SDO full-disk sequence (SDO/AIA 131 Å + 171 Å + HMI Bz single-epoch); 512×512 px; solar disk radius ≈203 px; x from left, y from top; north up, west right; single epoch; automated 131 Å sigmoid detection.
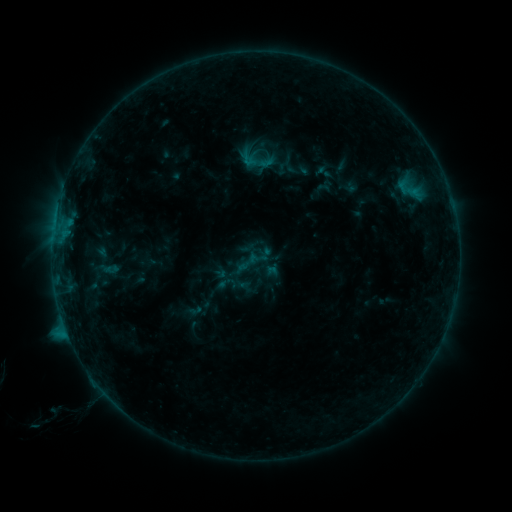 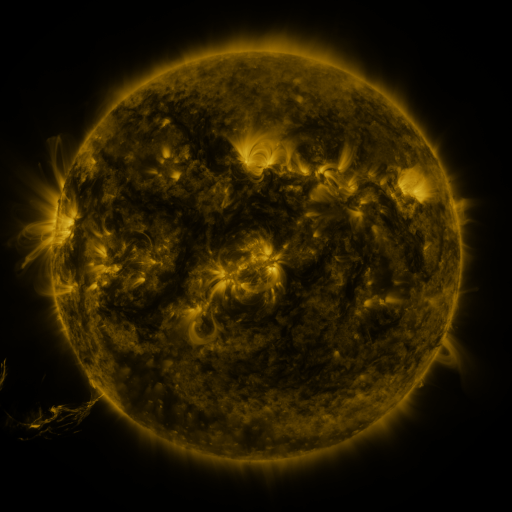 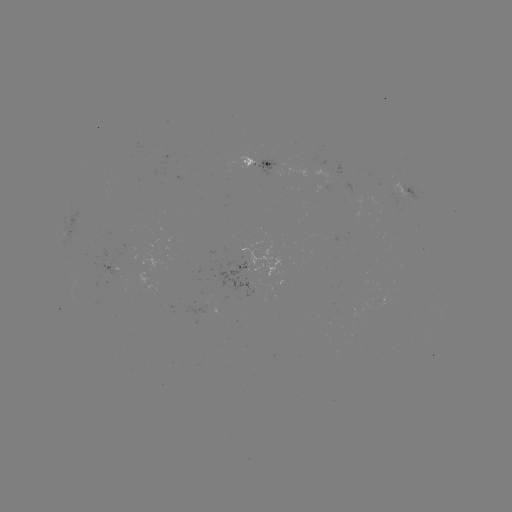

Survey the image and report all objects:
sigmoid: <bbox>215, 273, 238, 294</bbox>
